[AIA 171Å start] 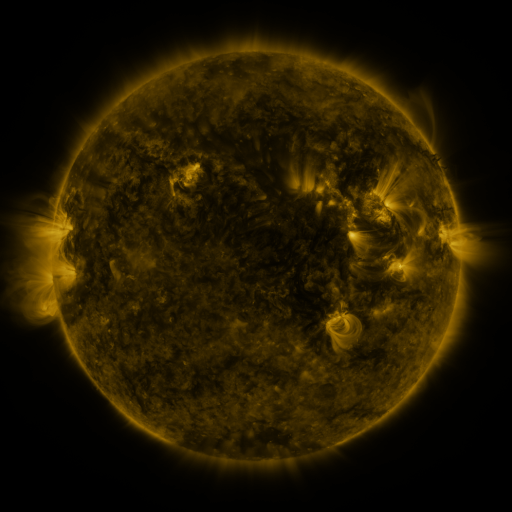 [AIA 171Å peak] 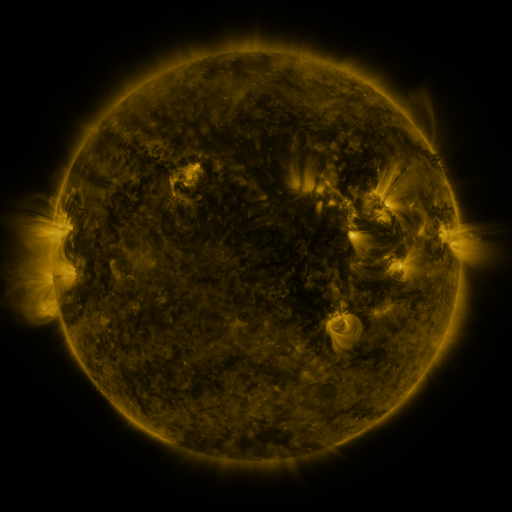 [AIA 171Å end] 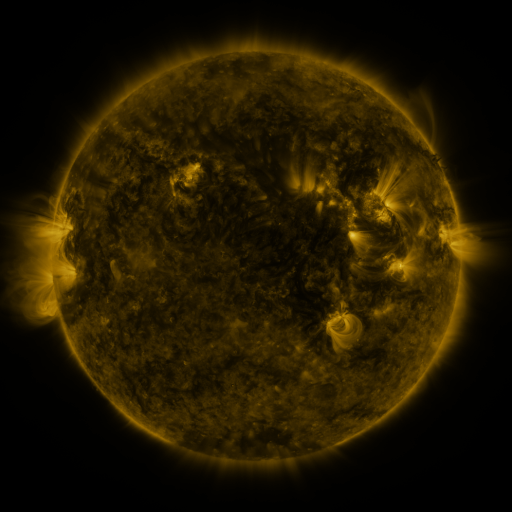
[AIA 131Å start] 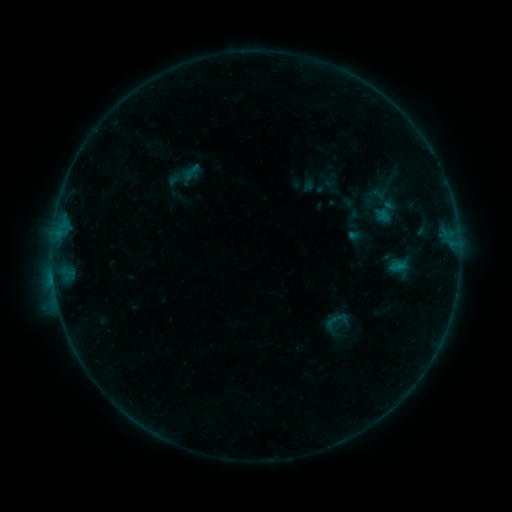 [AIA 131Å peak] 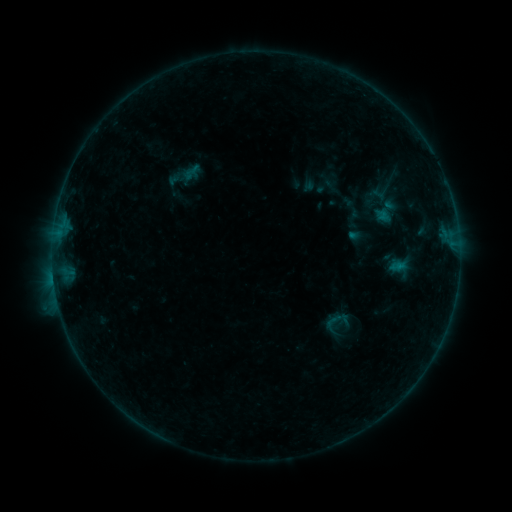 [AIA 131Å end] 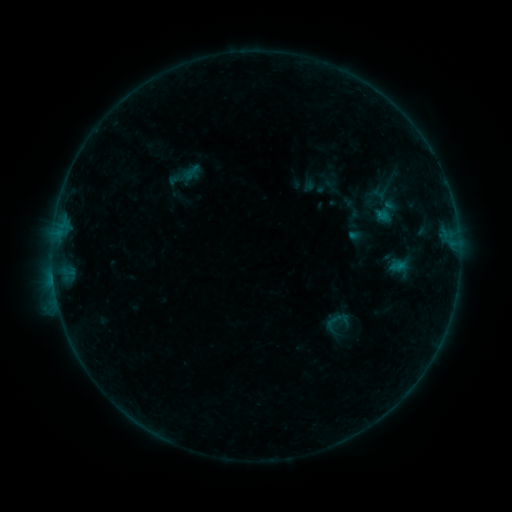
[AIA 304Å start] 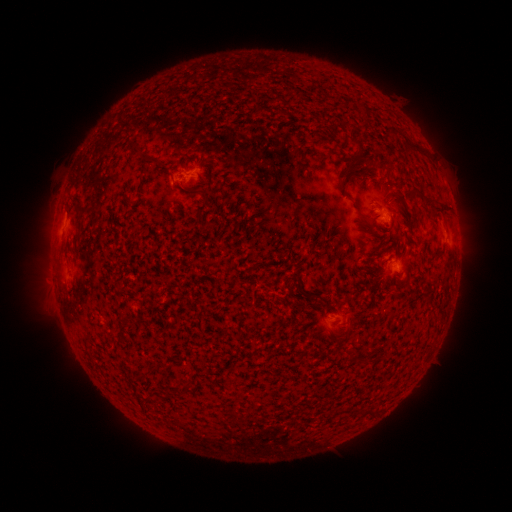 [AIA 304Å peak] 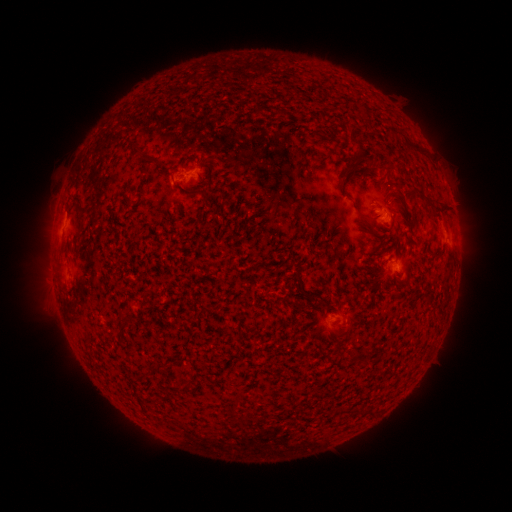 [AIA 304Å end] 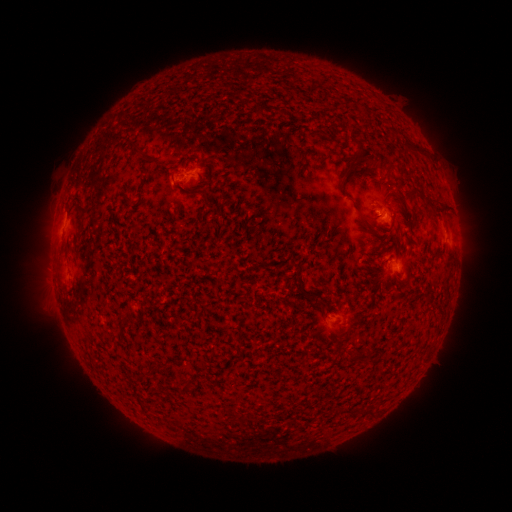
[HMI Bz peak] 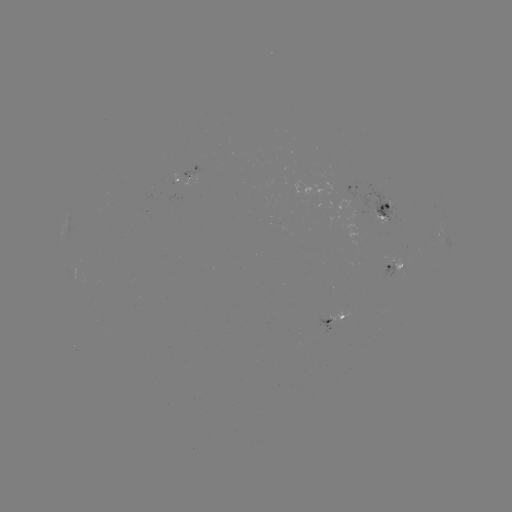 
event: flare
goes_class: B3.1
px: (377, 216)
